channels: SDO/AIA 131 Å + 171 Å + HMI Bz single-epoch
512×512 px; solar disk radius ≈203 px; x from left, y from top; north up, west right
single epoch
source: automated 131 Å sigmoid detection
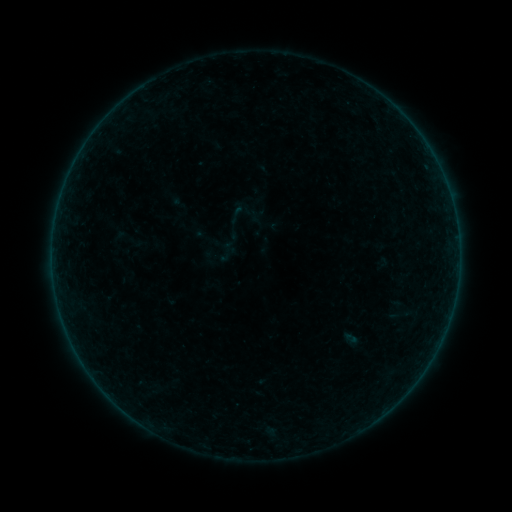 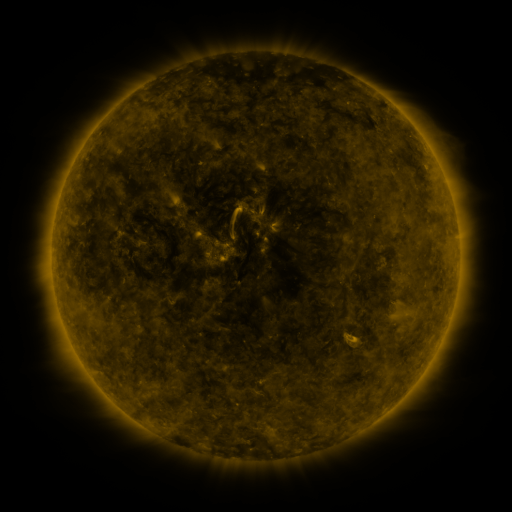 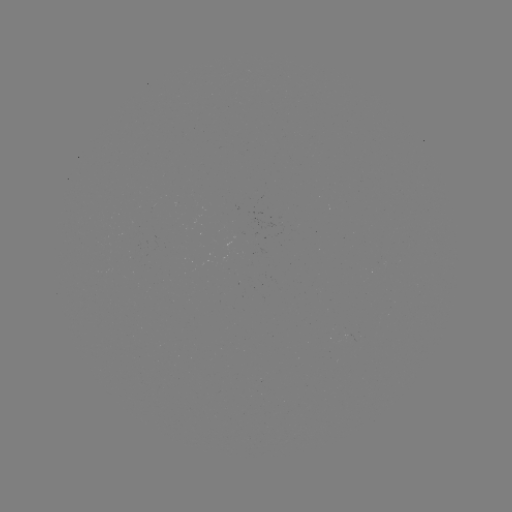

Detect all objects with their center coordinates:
sigmoid: <bbox>227, 204, 248, 225</bbox>
sigmoid: <bbox>113, 221, 146, 257</bbox>
